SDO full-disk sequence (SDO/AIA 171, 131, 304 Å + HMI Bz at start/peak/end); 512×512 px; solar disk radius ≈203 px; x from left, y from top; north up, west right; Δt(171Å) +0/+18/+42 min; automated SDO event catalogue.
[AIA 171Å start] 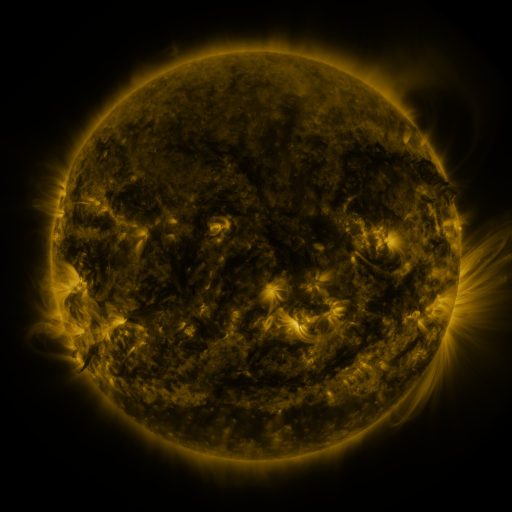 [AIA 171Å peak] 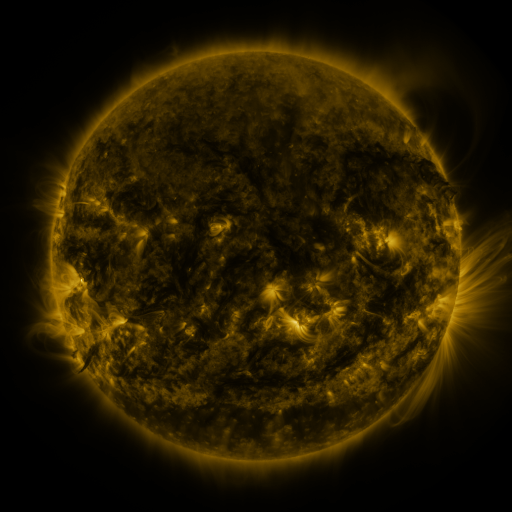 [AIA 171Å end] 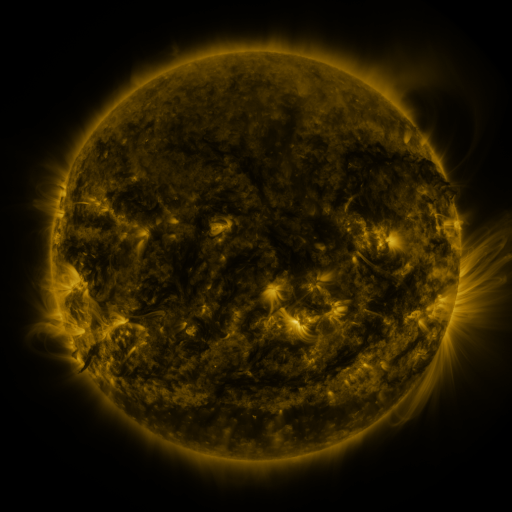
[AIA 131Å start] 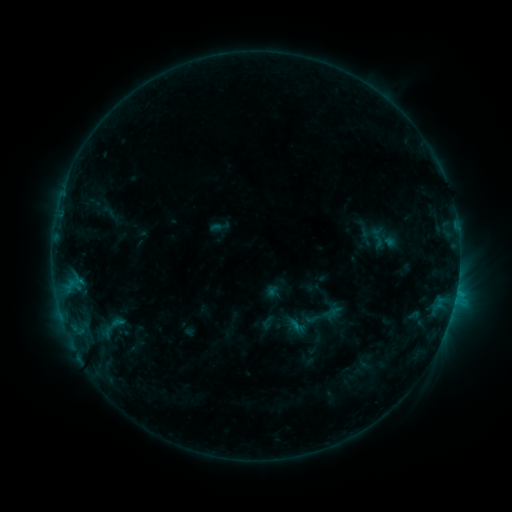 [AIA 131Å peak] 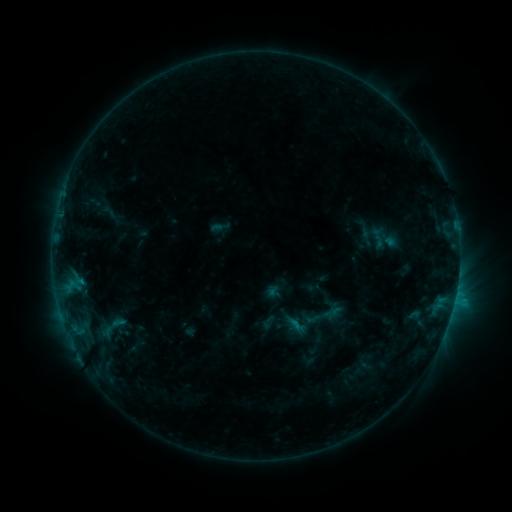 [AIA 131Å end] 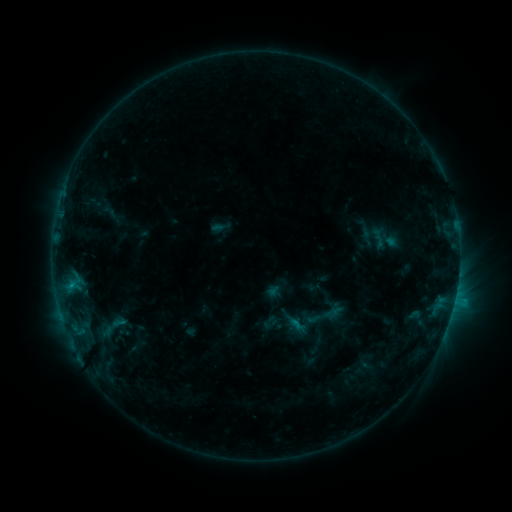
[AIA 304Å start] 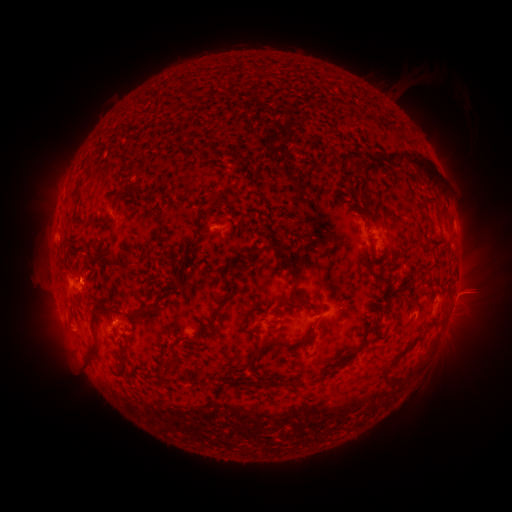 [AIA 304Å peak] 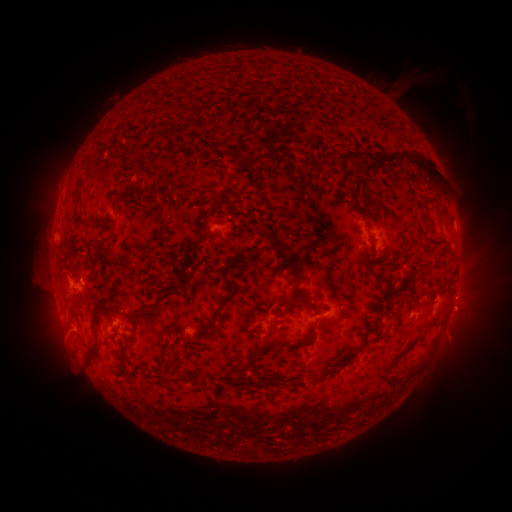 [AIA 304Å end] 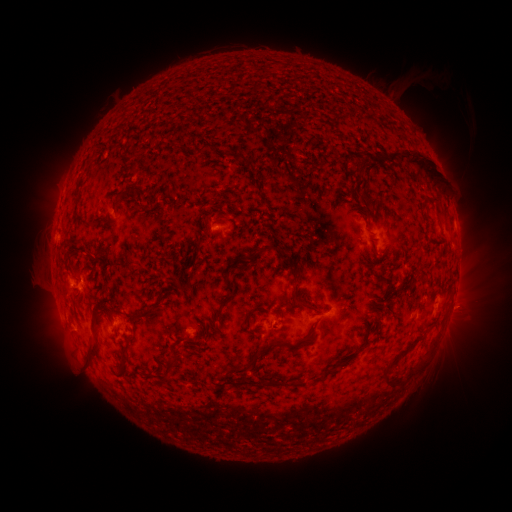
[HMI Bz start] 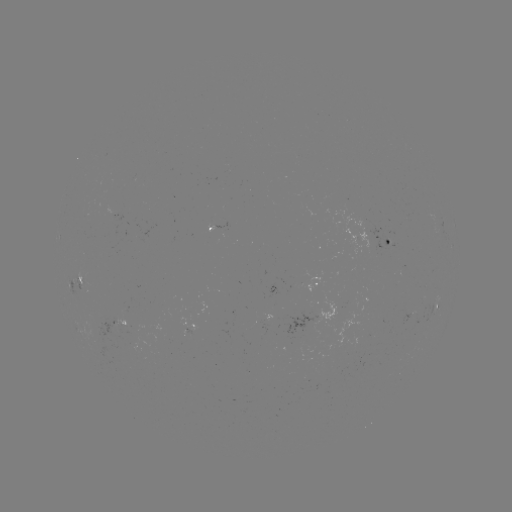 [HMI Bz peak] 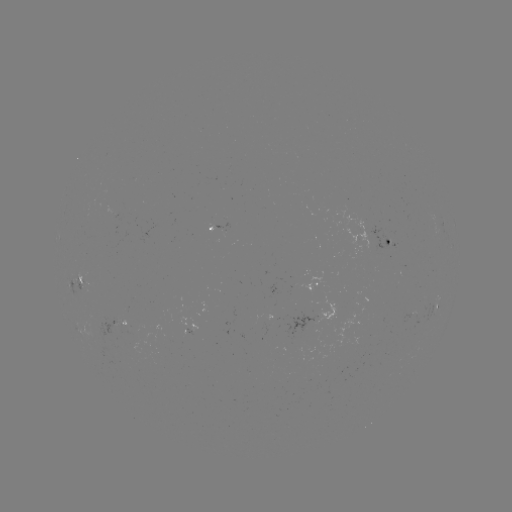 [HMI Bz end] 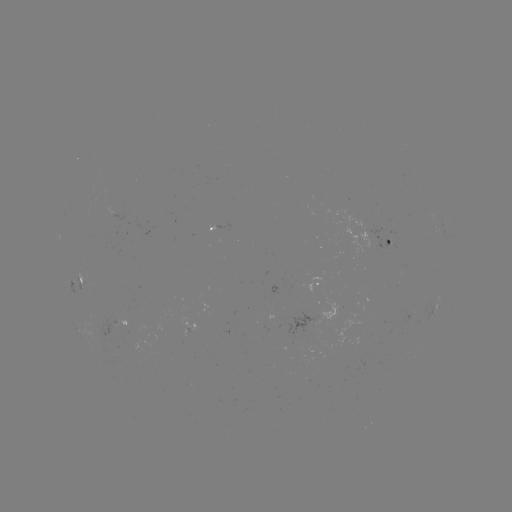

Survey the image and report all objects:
eruption: (462, 313)
